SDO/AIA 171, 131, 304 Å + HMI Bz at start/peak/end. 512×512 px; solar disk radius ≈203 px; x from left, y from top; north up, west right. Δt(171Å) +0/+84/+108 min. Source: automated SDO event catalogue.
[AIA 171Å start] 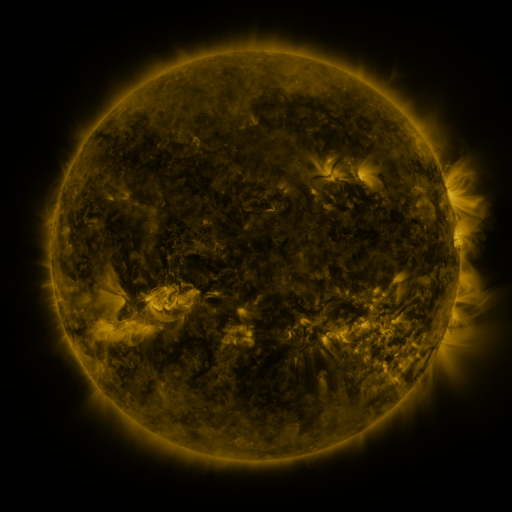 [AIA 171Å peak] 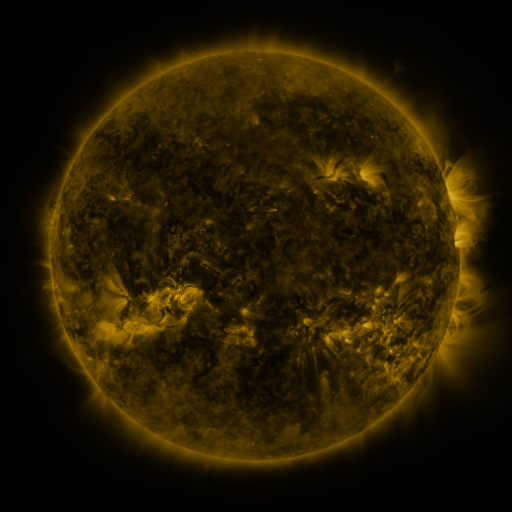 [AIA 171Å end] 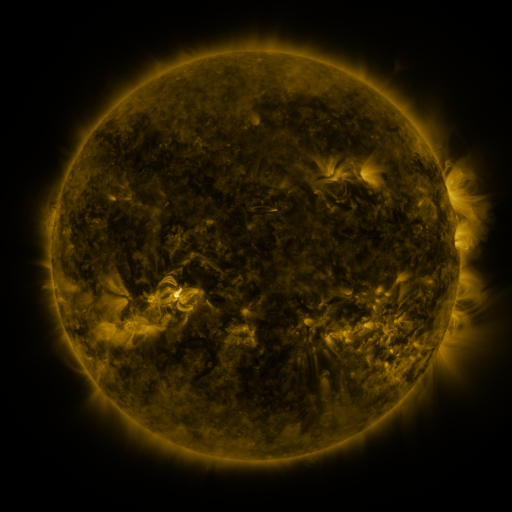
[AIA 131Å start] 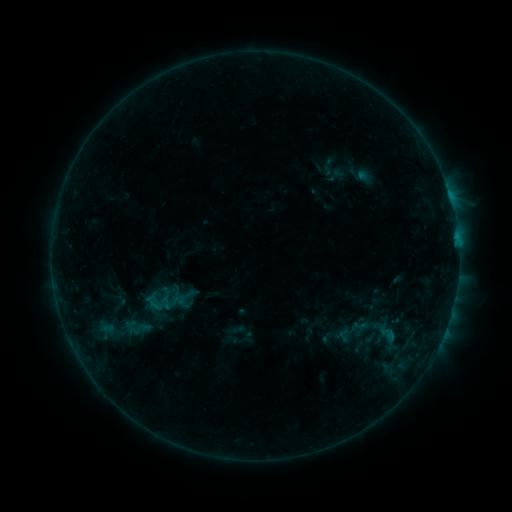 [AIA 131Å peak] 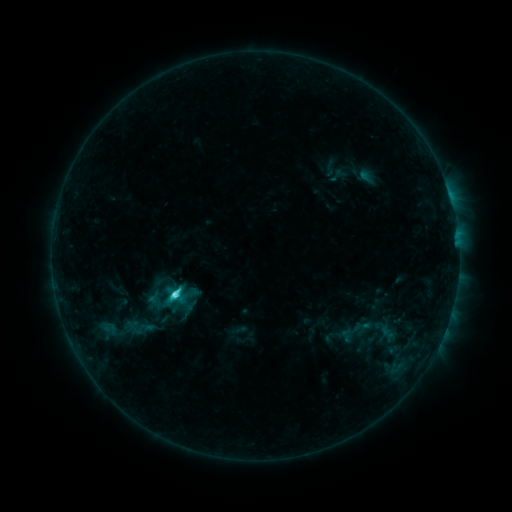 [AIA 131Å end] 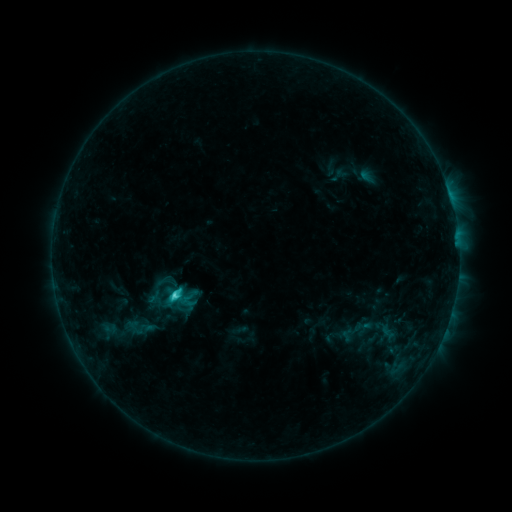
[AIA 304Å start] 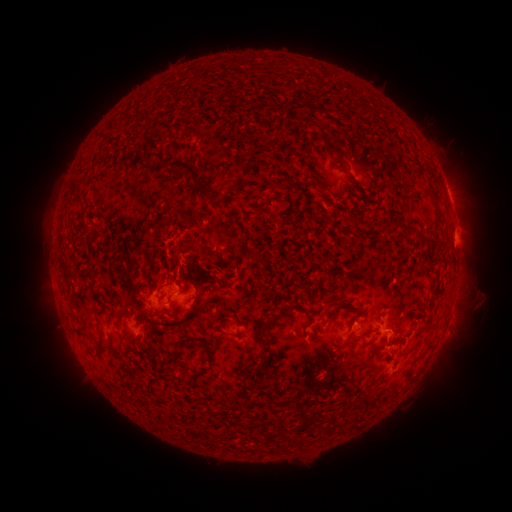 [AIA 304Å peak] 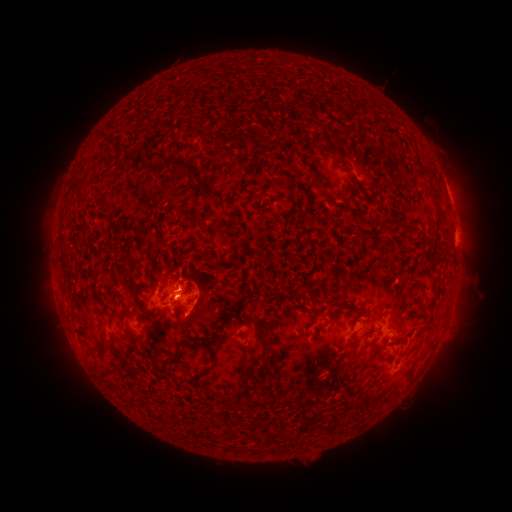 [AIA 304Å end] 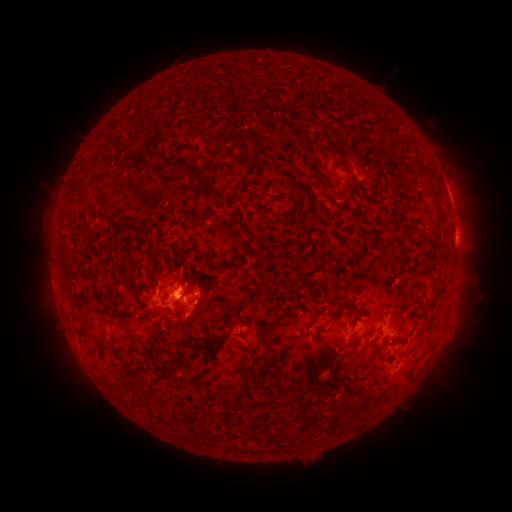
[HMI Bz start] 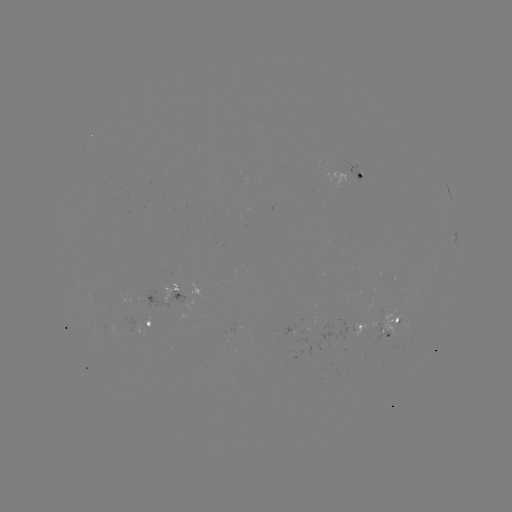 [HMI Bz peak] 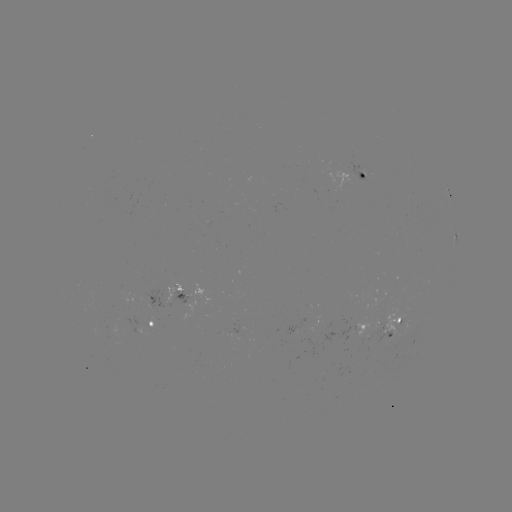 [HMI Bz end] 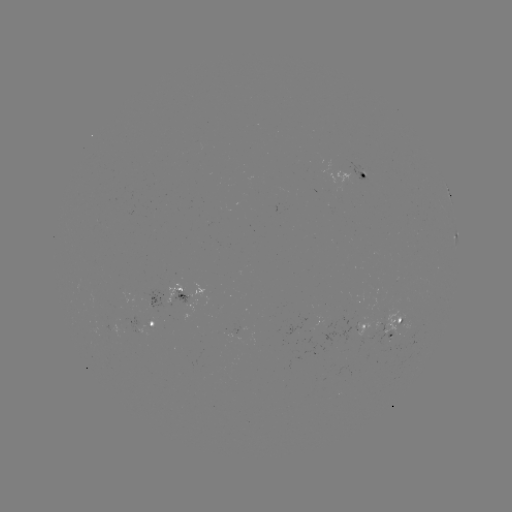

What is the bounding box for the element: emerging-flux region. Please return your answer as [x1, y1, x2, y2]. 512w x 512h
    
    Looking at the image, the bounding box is [348, 318, 368, 336].